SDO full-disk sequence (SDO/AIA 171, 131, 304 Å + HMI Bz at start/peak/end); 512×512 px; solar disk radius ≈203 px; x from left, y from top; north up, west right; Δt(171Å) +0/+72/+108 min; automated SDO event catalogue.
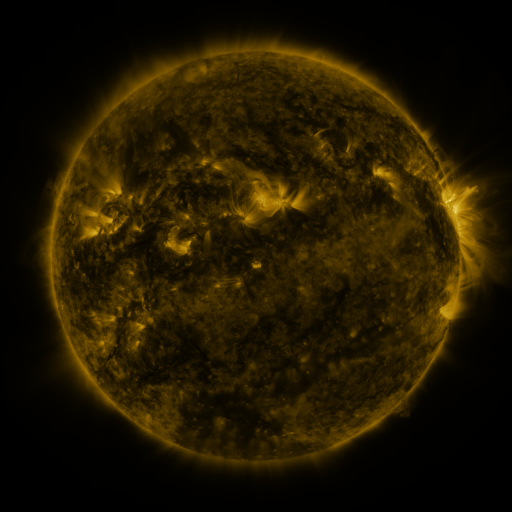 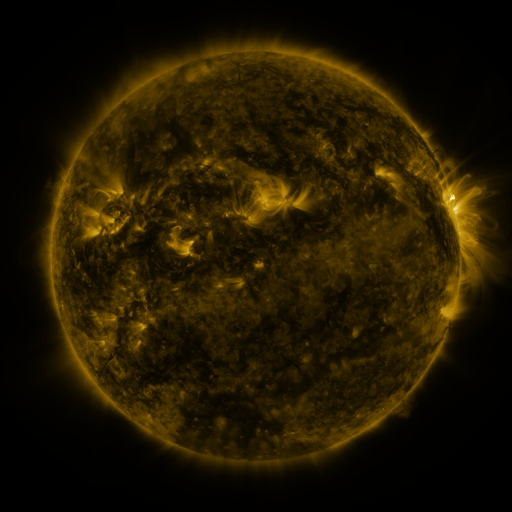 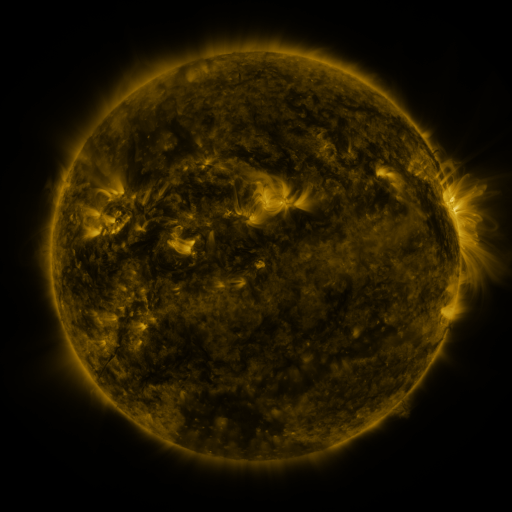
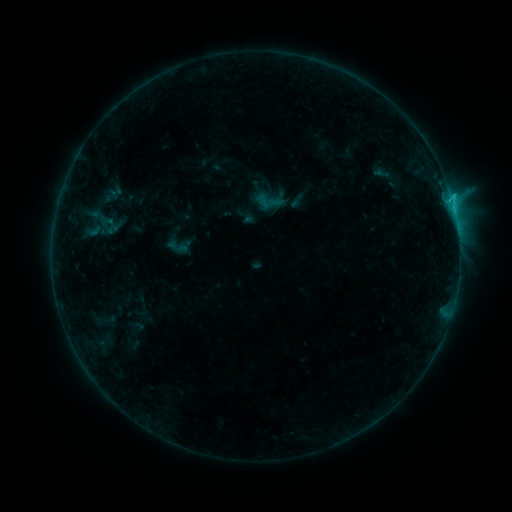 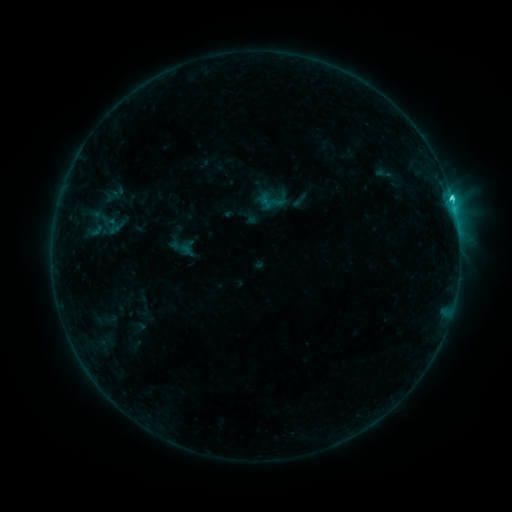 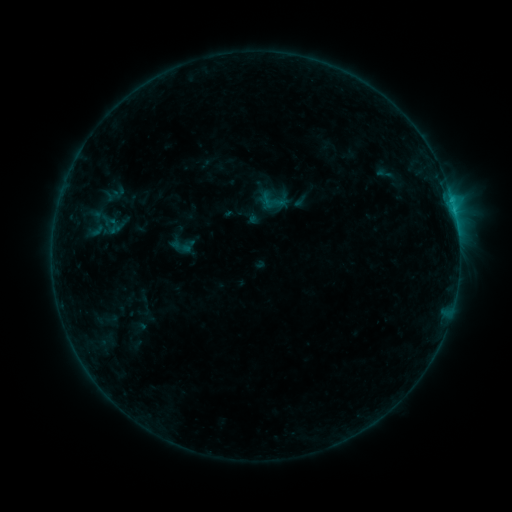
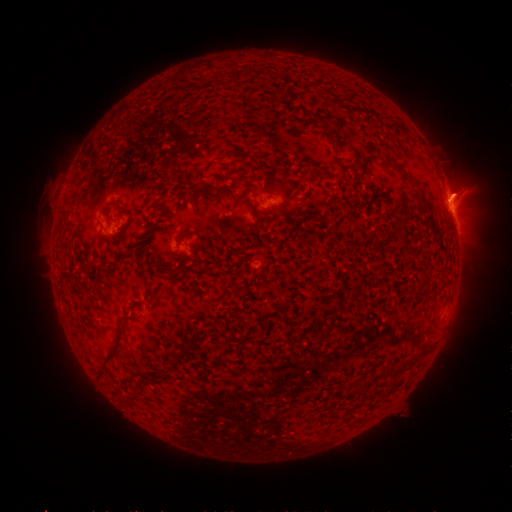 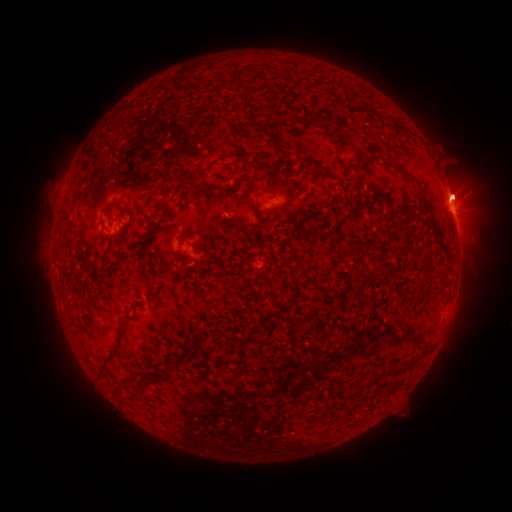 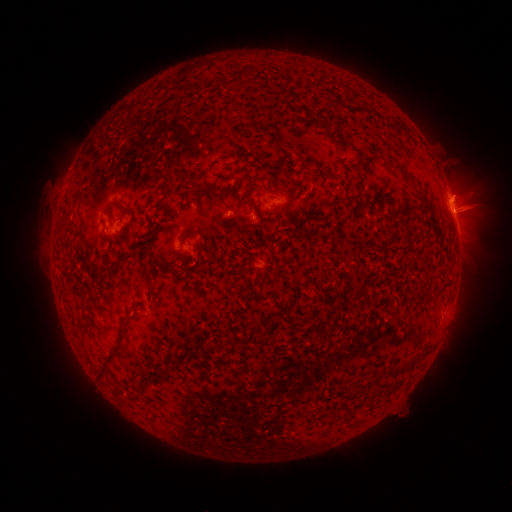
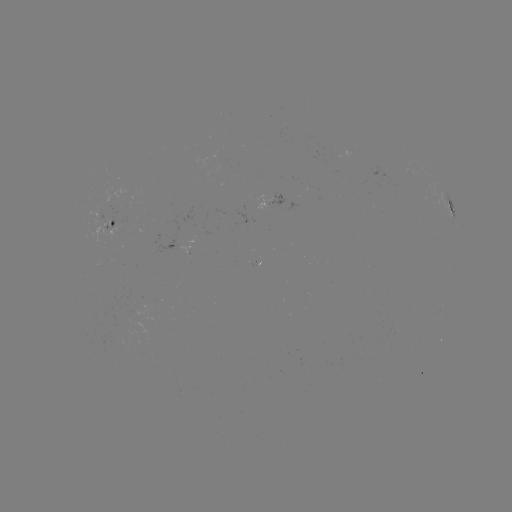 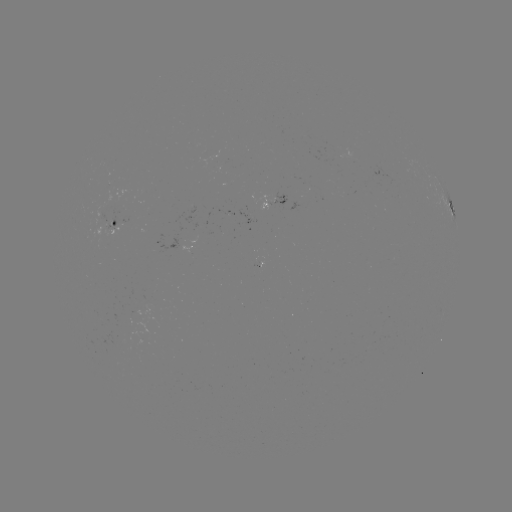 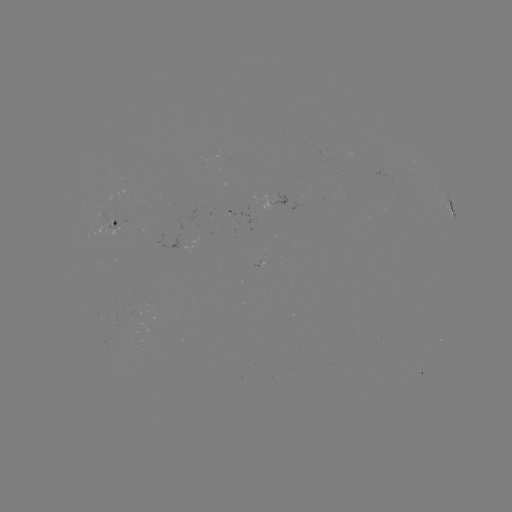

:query emerging-flux region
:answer (104, 221)